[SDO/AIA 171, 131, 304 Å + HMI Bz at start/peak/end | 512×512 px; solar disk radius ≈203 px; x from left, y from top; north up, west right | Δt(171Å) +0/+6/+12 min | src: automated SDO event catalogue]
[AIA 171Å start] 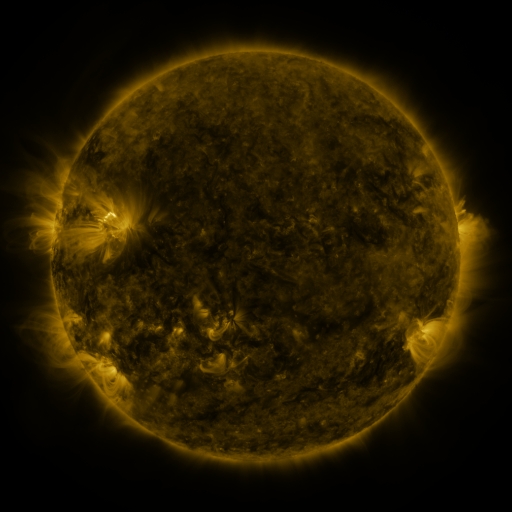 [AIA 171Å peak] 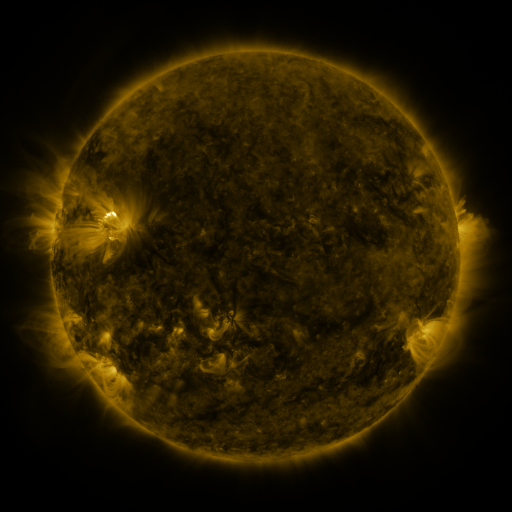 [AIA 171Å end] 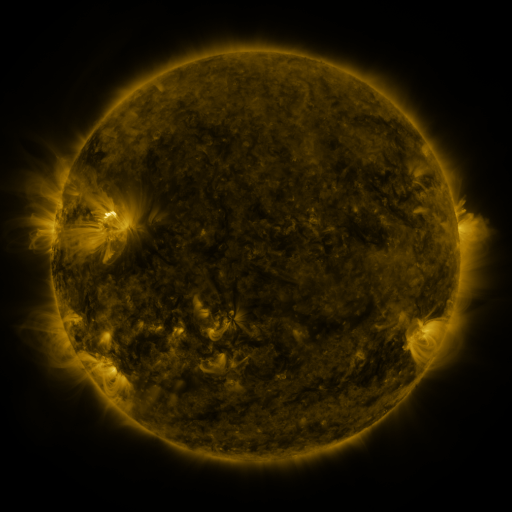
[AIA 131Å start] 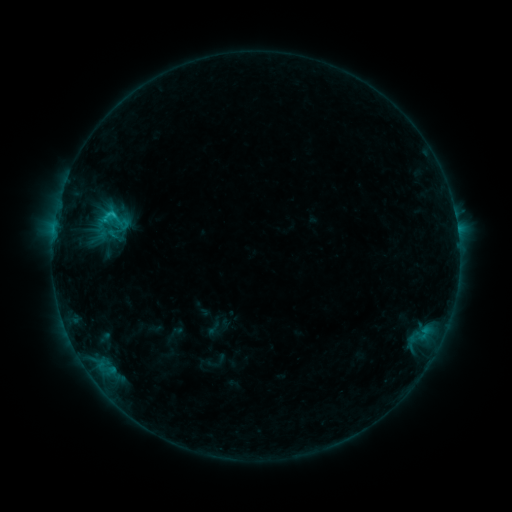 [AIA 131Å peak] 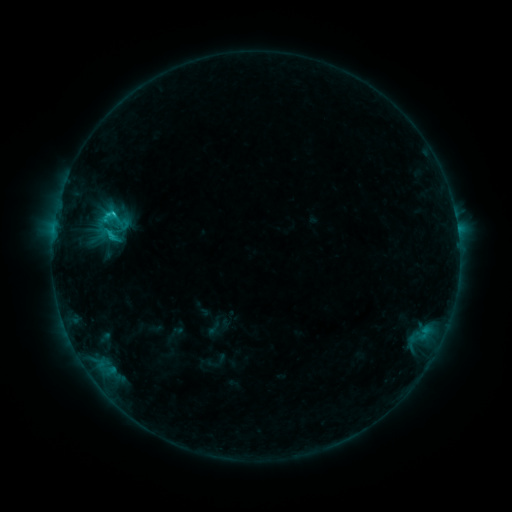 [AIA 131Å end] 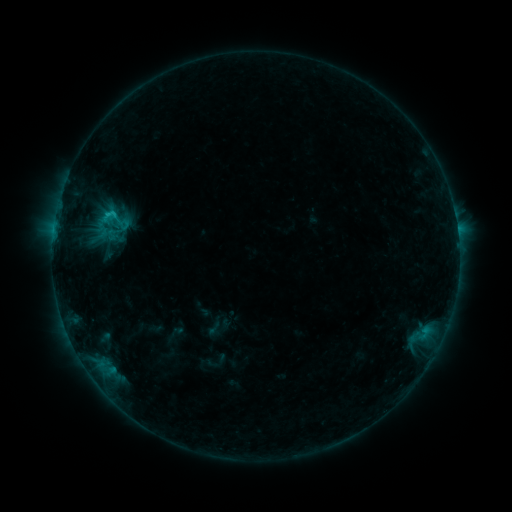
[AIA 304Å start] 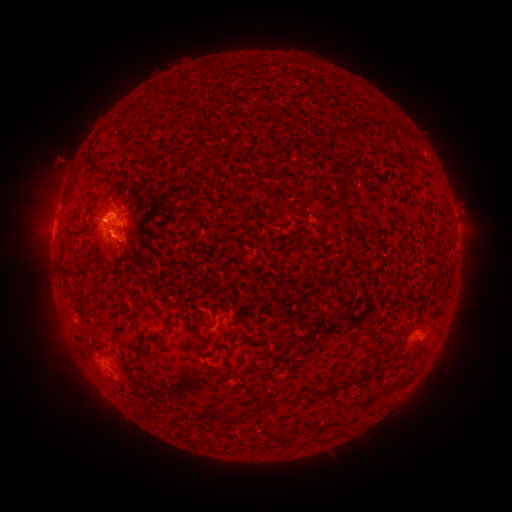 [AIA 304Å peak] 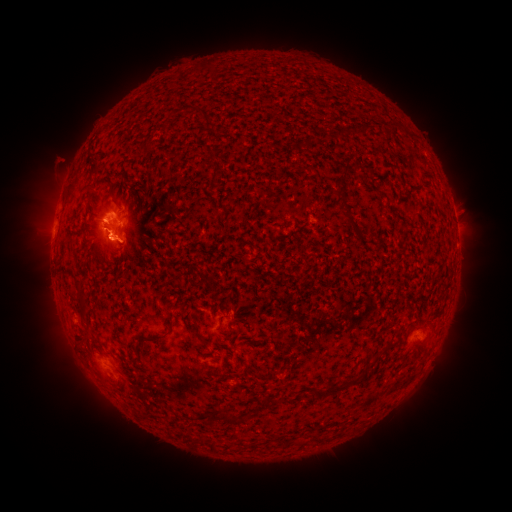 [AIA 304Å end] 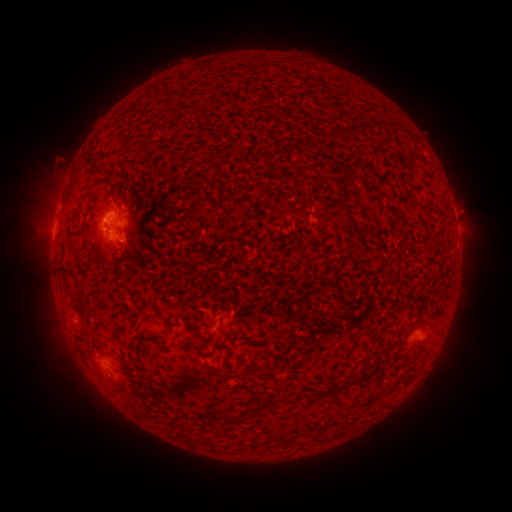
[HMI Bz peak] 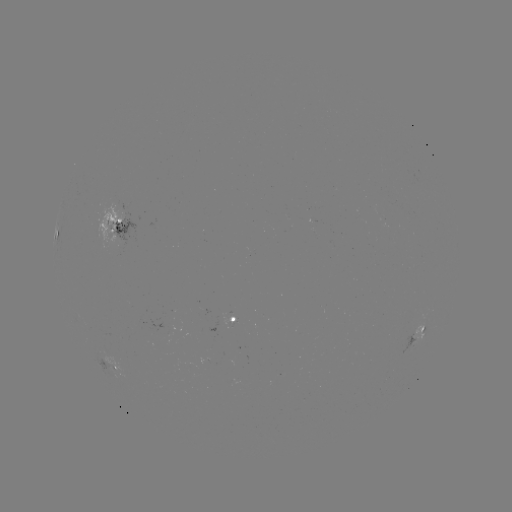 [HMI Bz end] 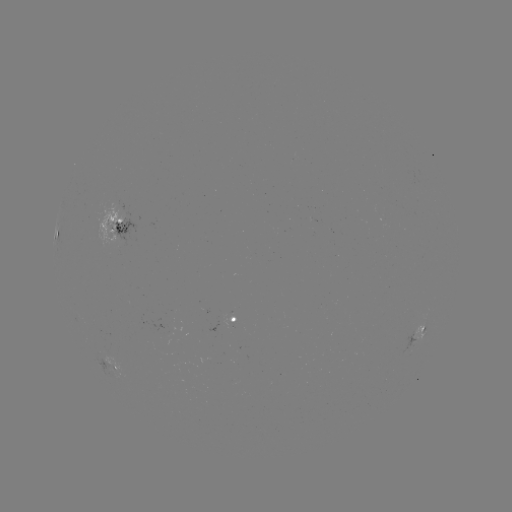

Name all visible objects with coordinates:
B9.9 flare: (113, 239)
